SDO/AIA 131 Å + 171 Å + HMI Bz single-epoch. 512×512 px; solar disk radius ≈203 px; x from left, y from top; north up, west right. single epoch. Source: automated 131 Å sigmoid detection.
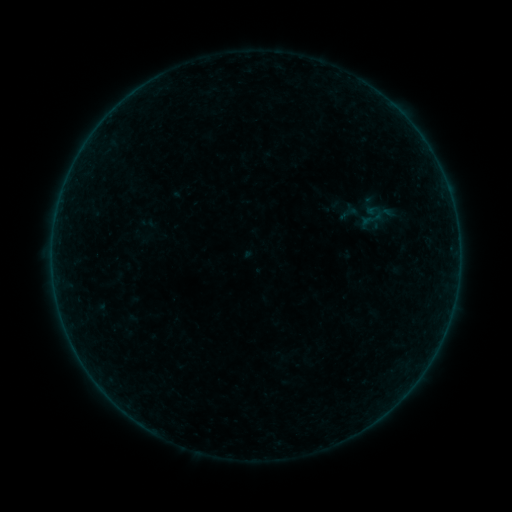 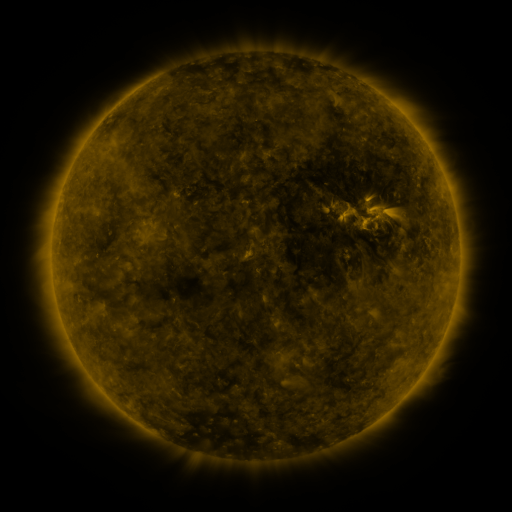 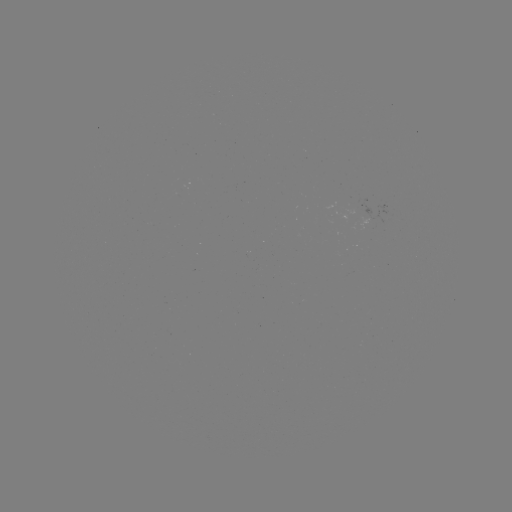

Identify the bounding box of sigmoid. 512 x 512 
[354, 199, 387, 235].